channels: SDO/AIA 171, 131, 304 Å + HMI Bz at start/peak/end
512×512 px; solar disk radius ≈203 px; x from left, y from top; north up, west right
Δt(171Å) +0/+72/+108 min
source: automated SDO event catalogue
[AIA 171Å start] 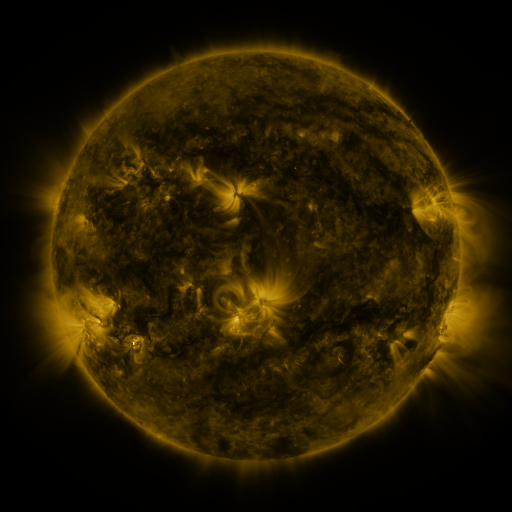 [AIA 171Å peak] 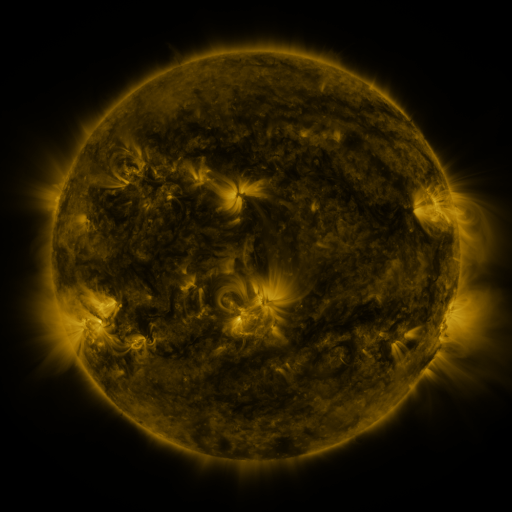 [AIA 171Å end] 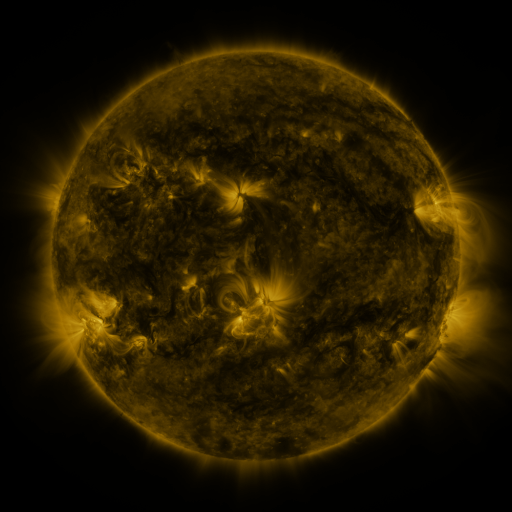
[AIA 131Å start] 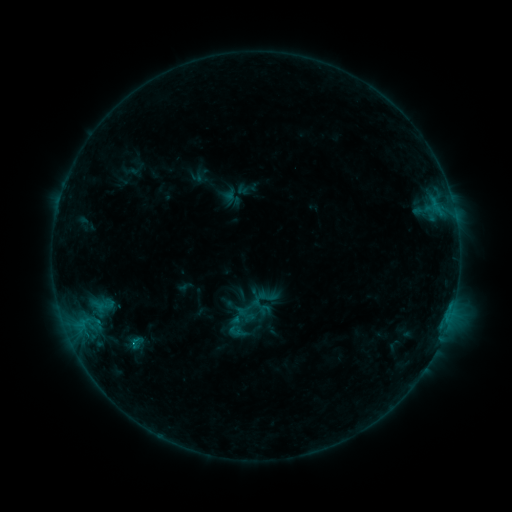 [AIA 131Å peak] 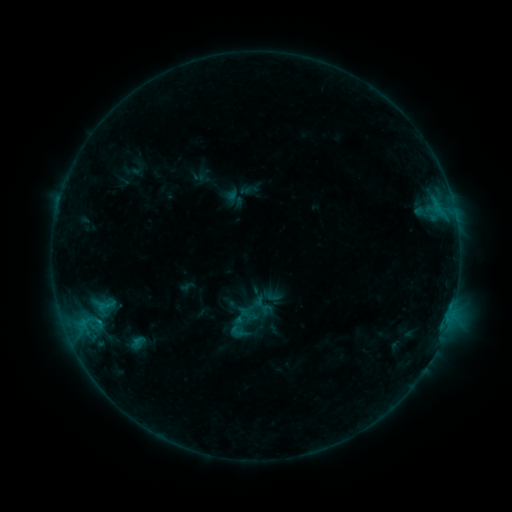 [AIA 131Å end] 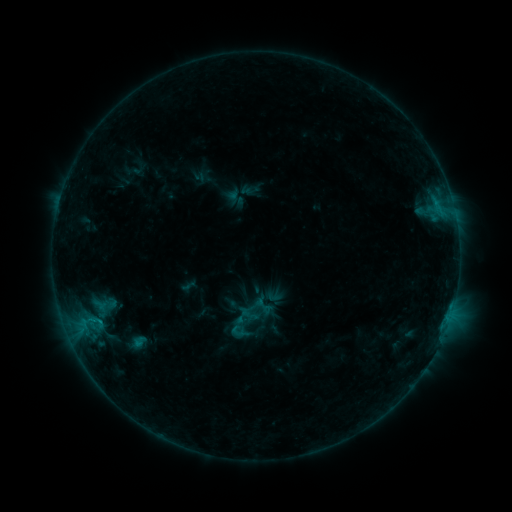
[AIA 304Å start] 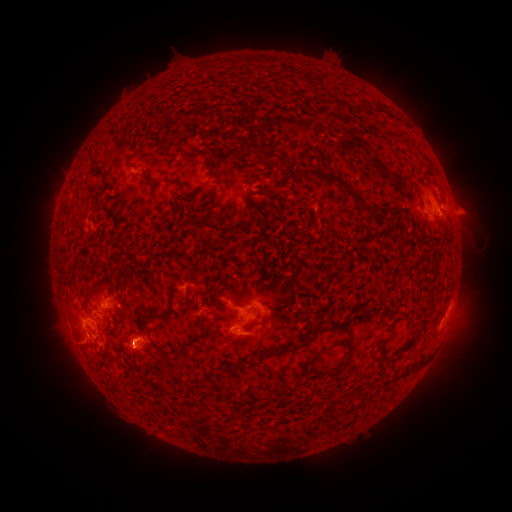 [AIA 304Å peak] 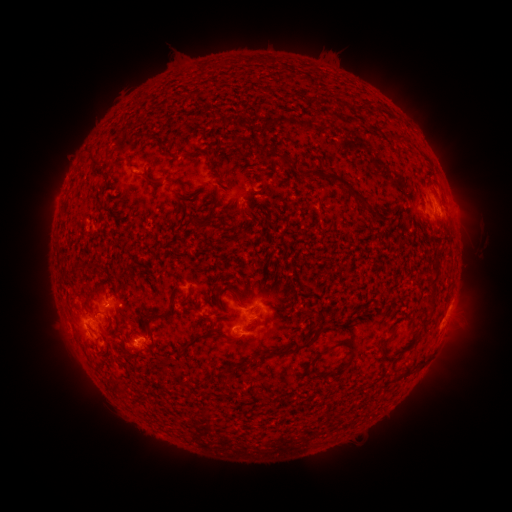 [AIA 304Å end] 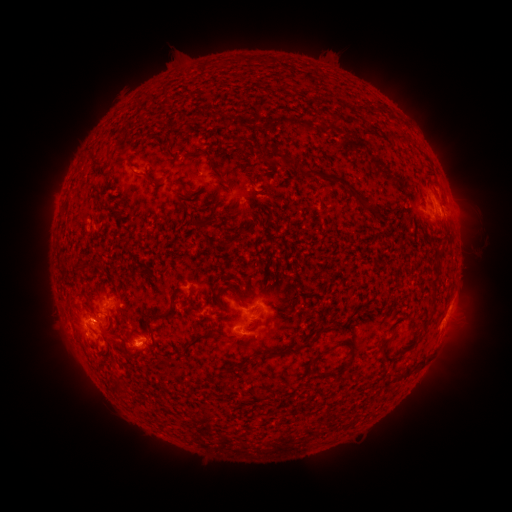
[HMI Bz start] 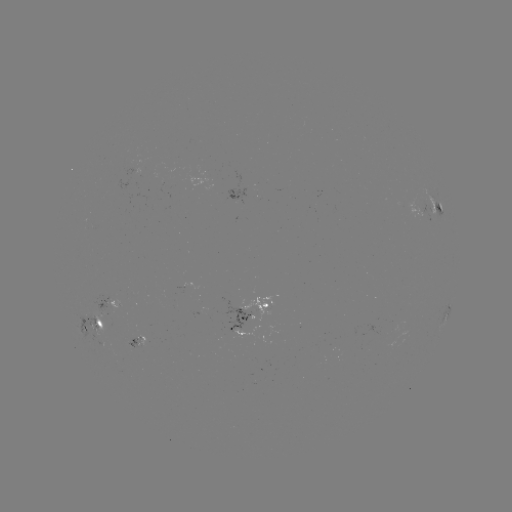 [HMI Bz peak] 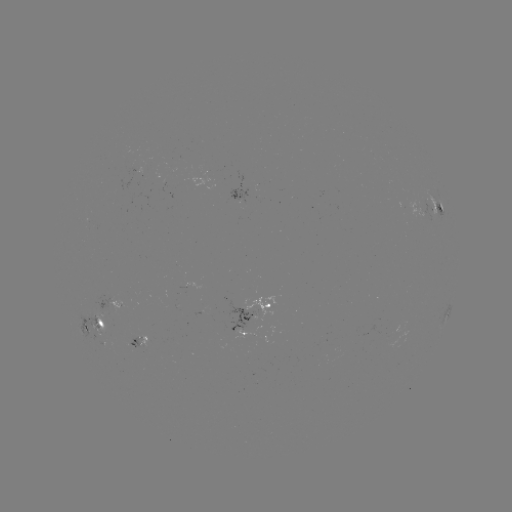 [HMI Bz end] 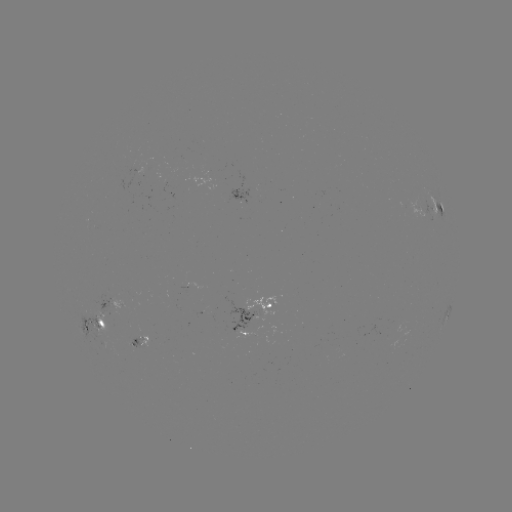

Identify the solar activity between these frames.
emerging-flux region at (163, 184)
